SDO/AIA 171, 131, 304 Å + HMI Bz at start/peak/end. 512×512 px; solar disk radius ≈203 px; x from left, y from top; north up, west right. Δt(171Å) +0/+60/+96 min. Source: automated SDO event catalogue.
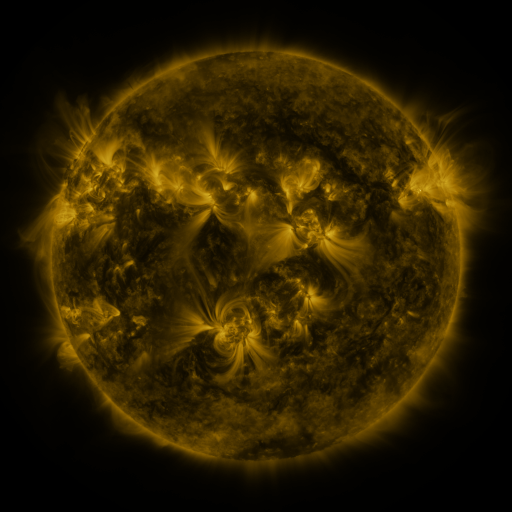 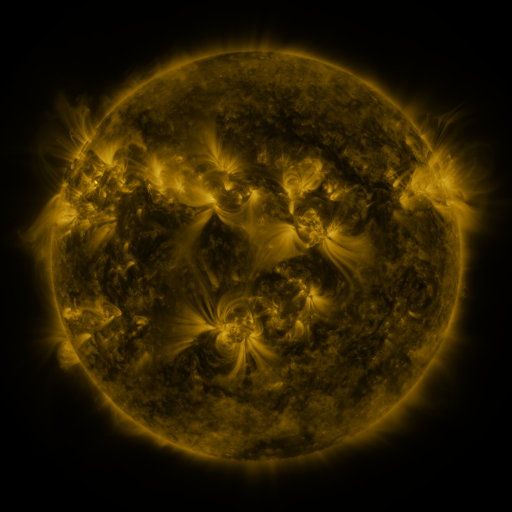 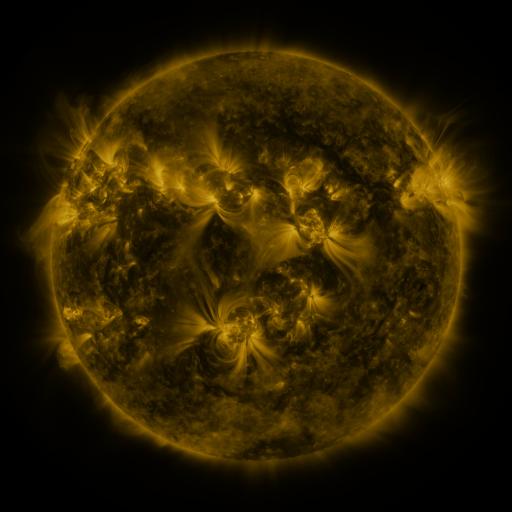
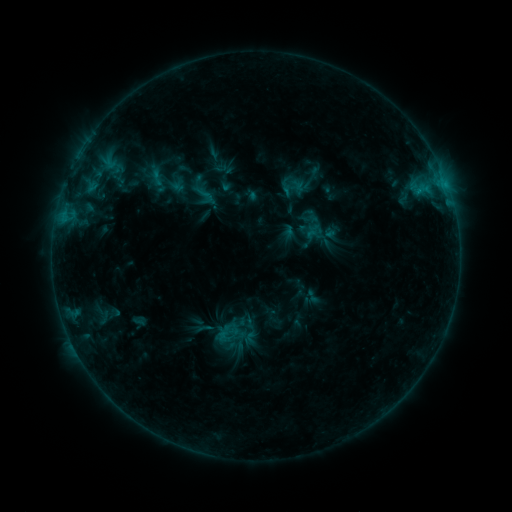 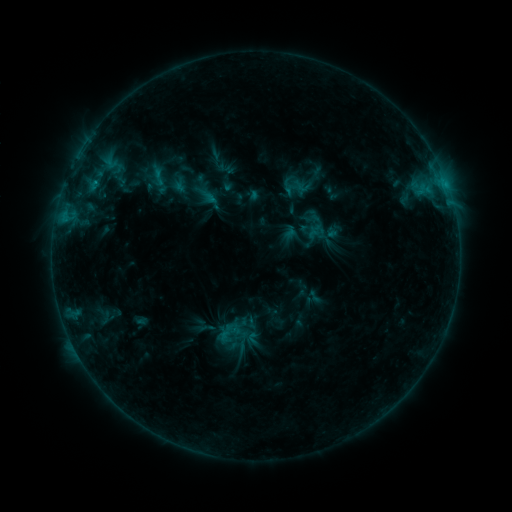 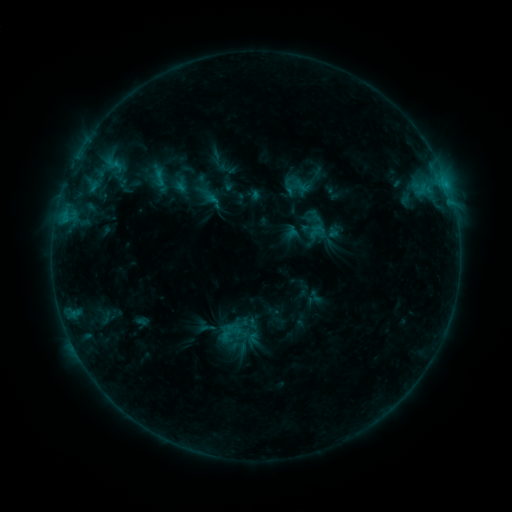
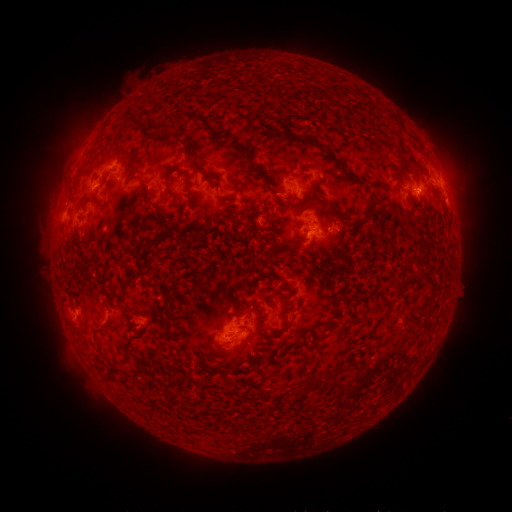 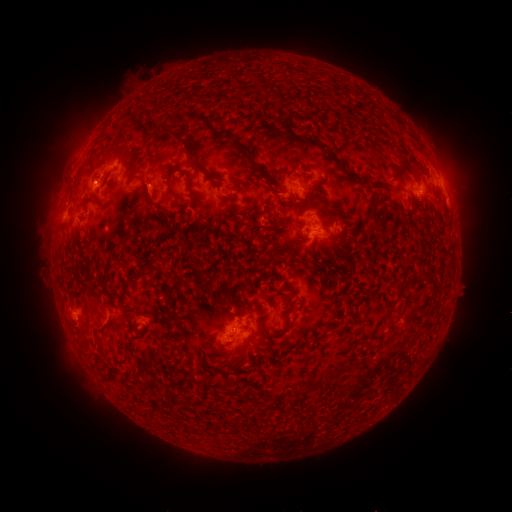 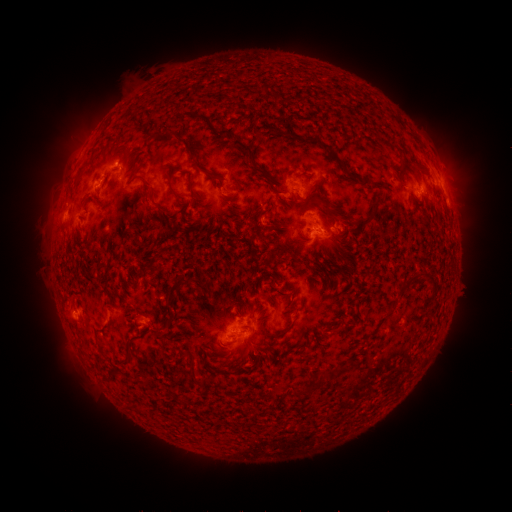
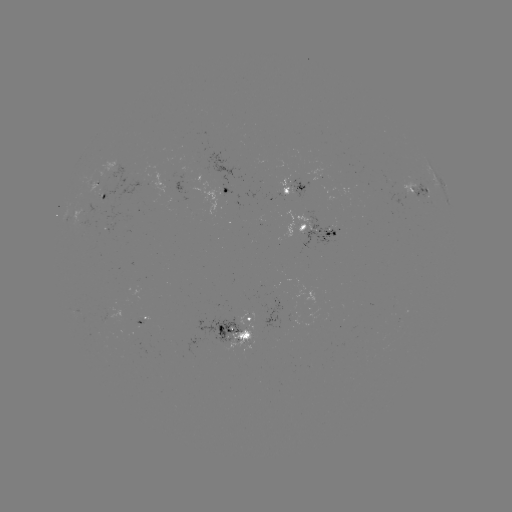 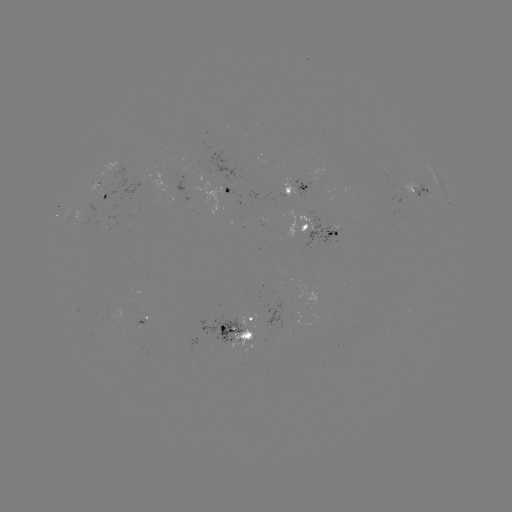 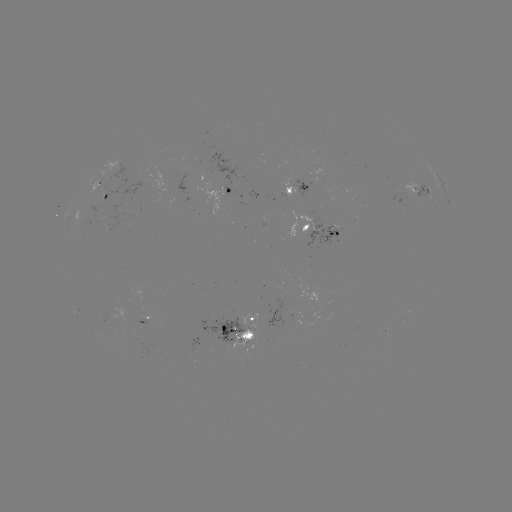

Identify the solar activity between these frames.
emerging-flux region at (243, 343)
